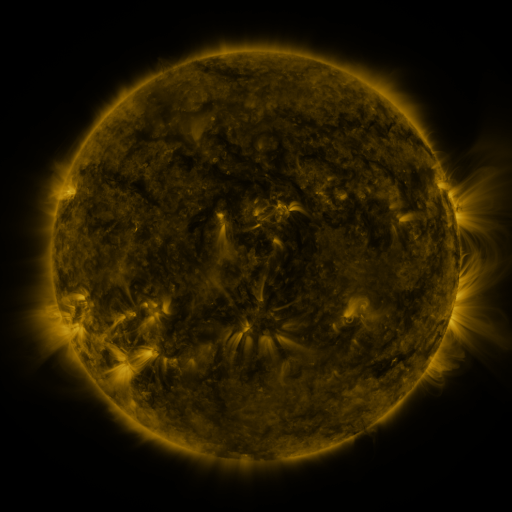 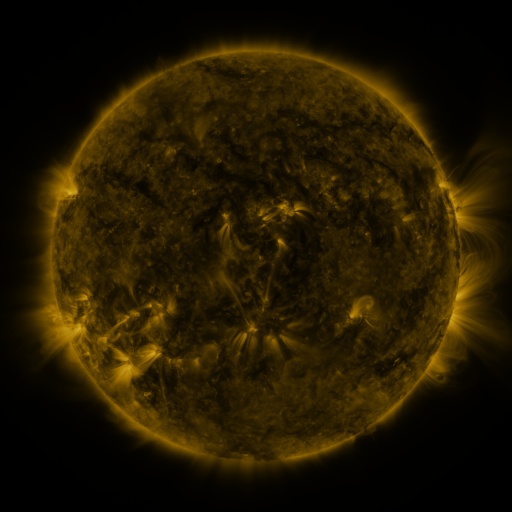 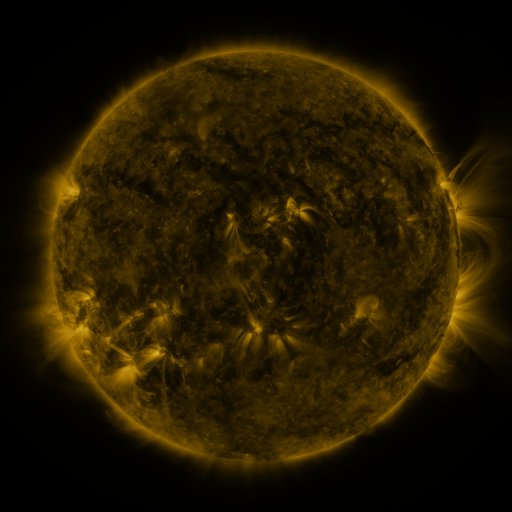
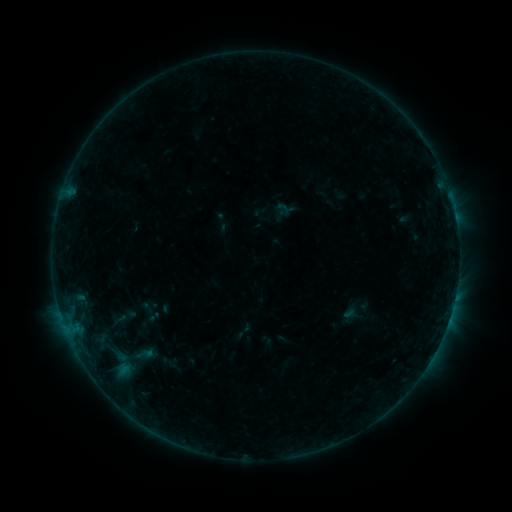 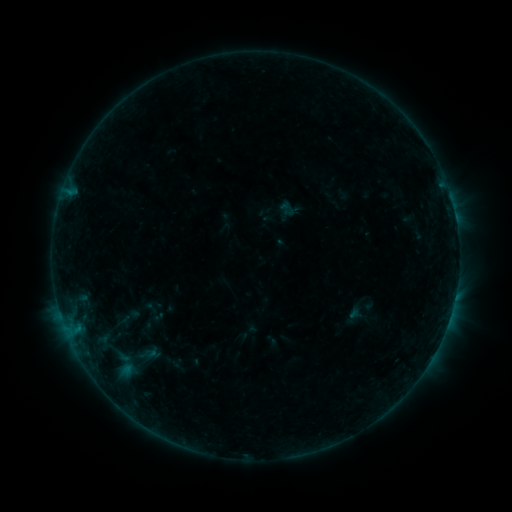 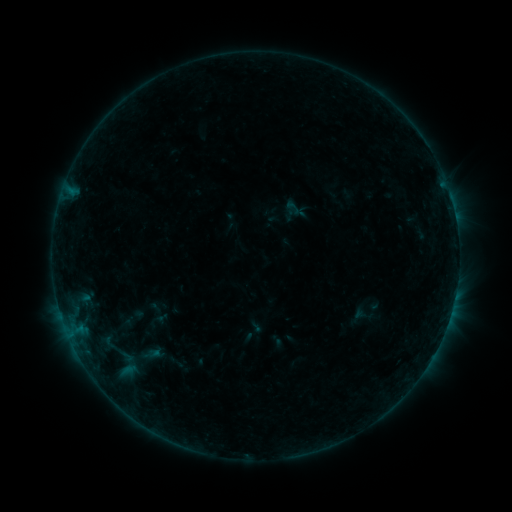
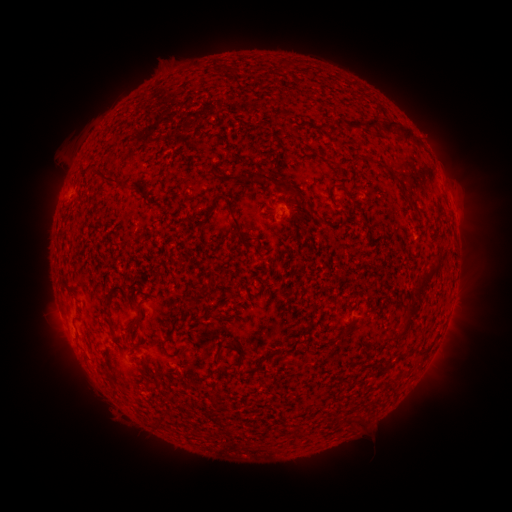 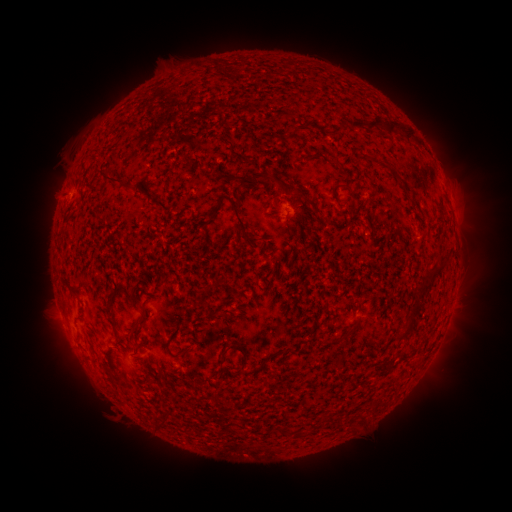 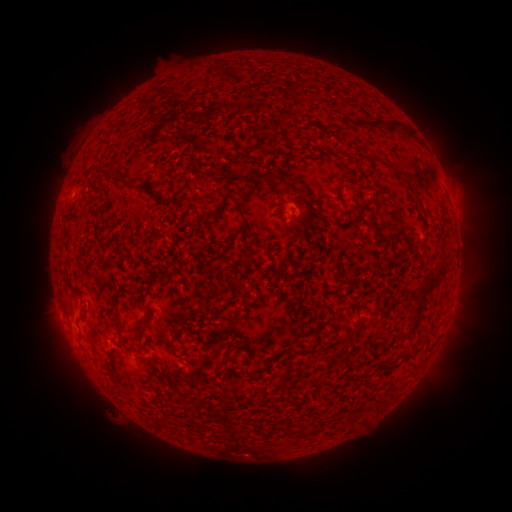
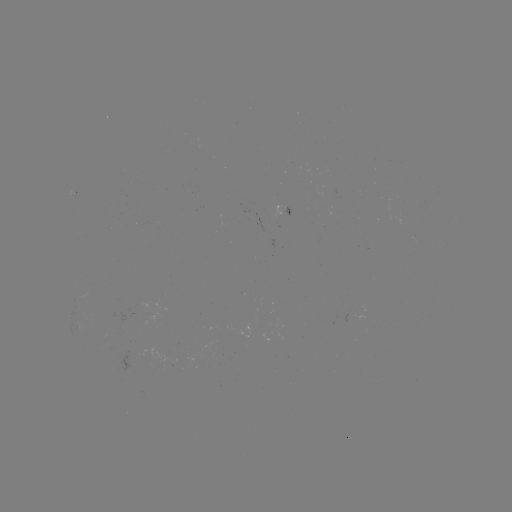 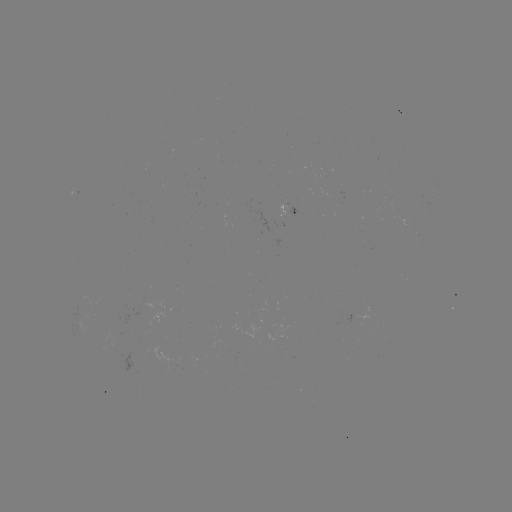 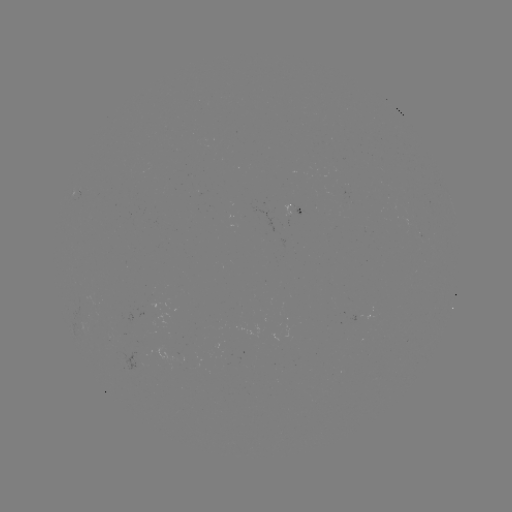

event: filament eruption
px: (258, 172)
